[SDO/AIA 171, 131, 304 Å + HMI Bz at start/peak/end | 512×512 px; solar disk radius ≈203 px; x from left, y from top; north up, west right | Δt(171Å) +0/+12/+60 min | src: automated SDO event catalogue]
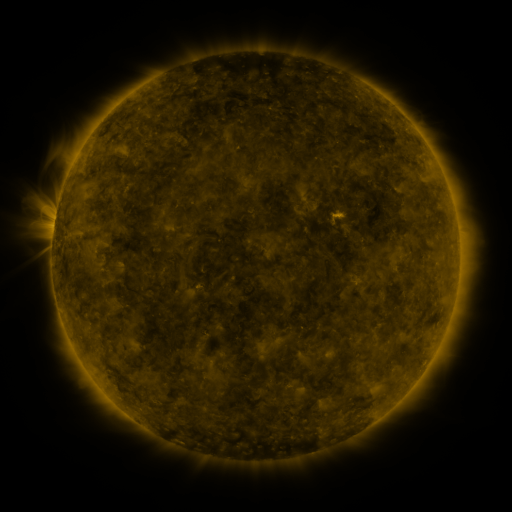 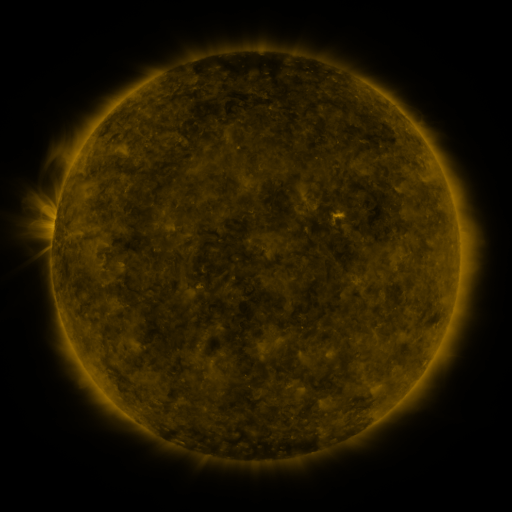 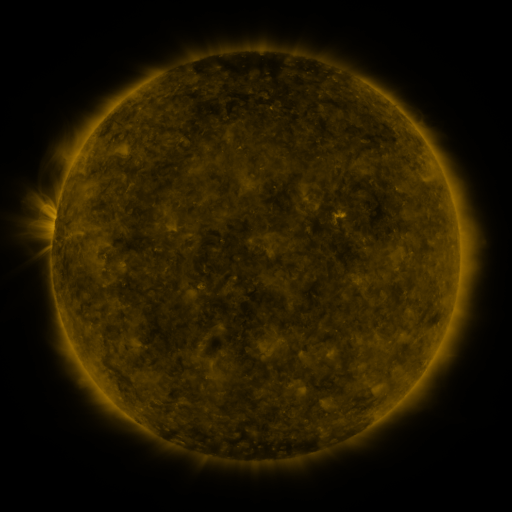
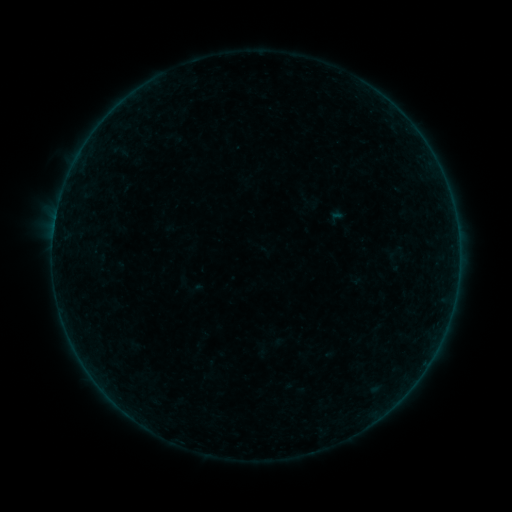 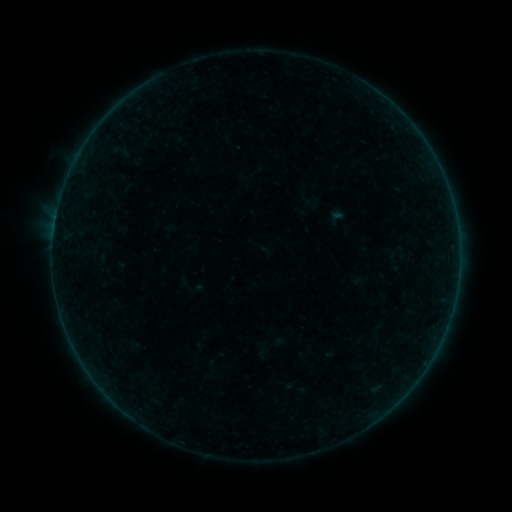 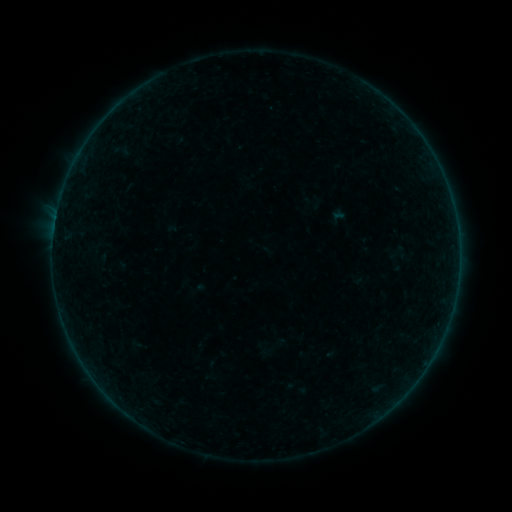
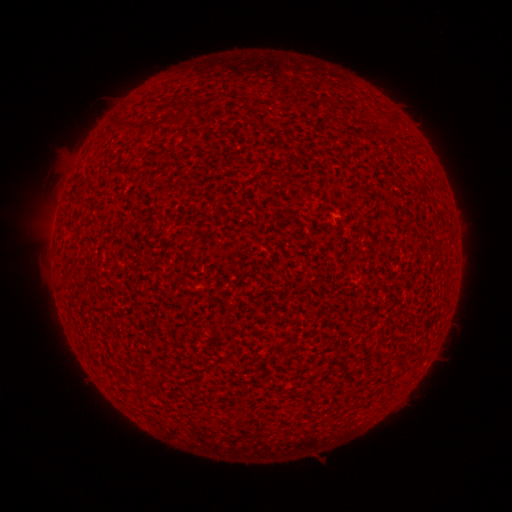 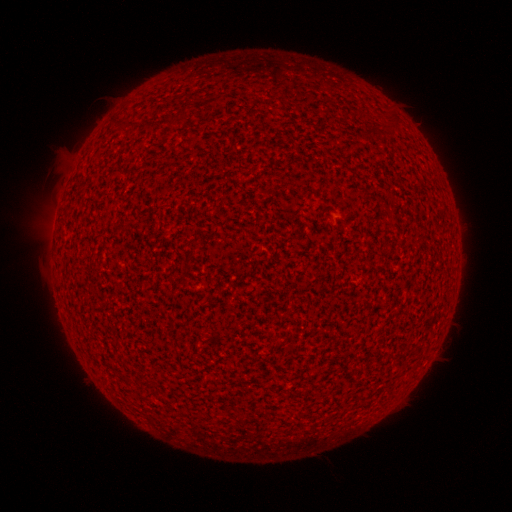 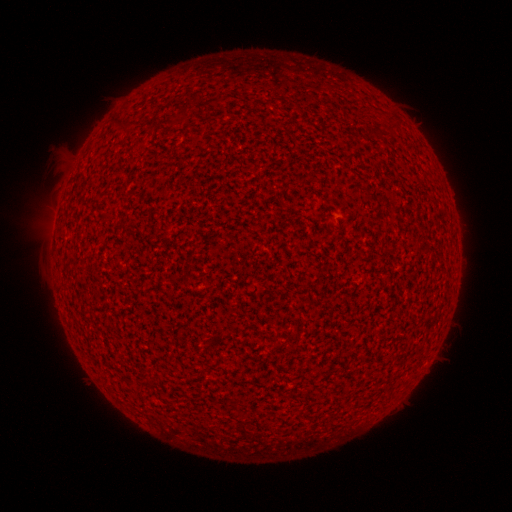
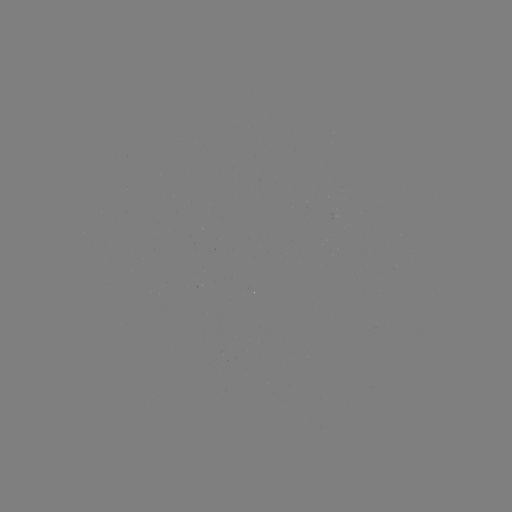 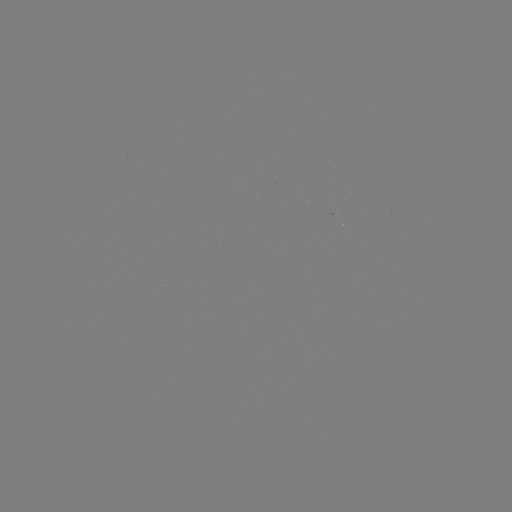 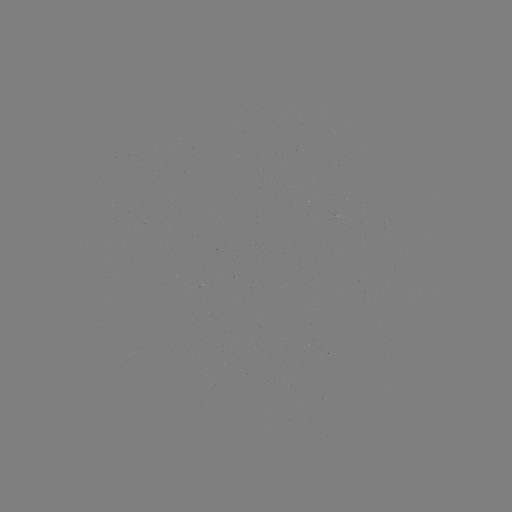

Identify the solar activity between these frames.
A7.8 flare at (54, 231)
